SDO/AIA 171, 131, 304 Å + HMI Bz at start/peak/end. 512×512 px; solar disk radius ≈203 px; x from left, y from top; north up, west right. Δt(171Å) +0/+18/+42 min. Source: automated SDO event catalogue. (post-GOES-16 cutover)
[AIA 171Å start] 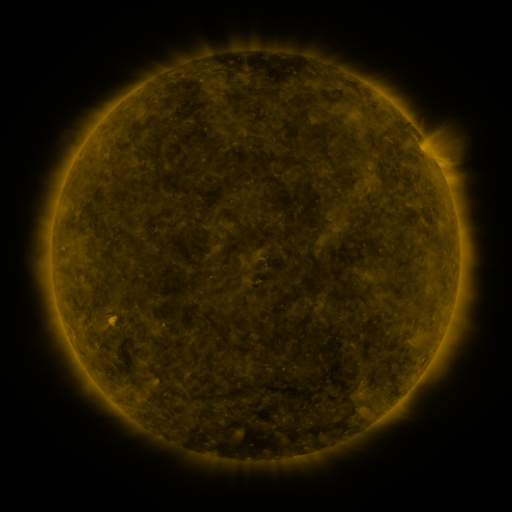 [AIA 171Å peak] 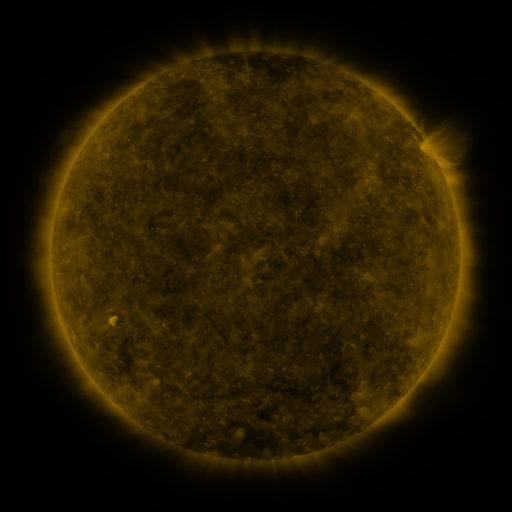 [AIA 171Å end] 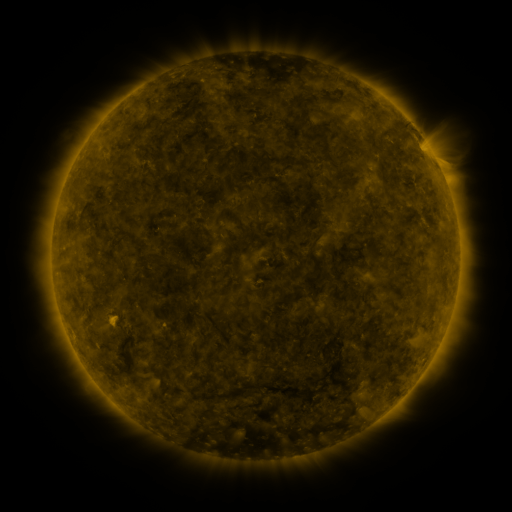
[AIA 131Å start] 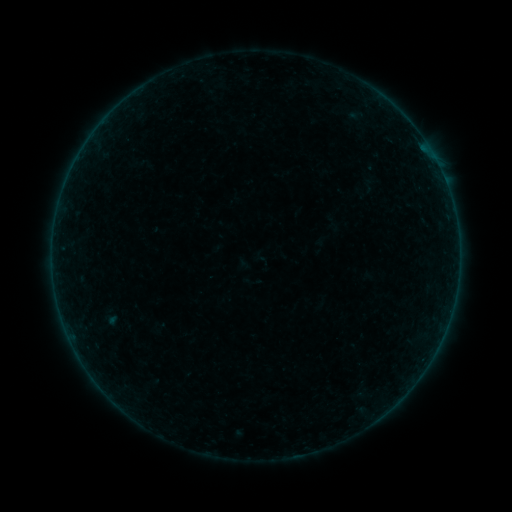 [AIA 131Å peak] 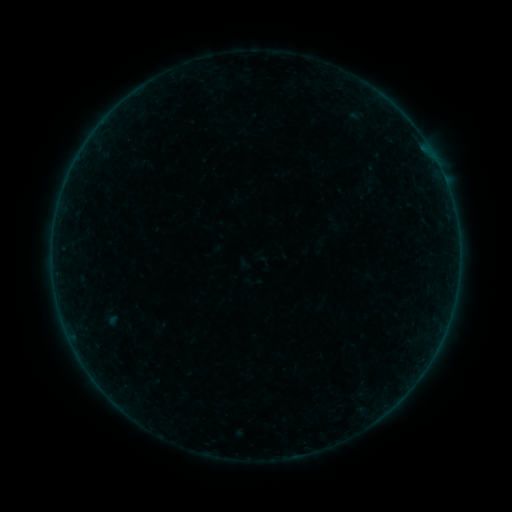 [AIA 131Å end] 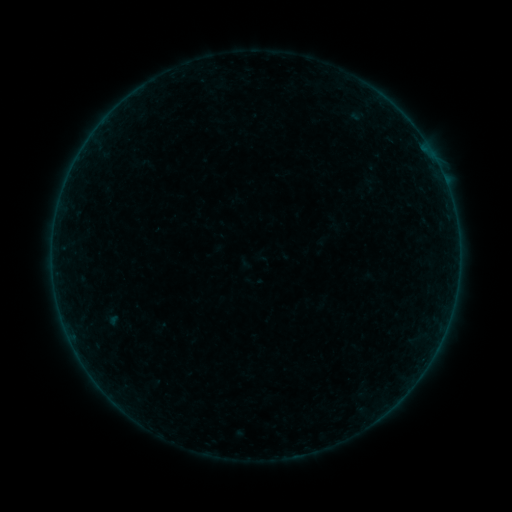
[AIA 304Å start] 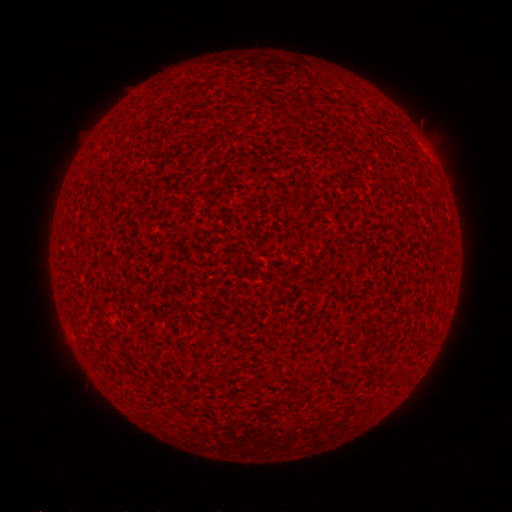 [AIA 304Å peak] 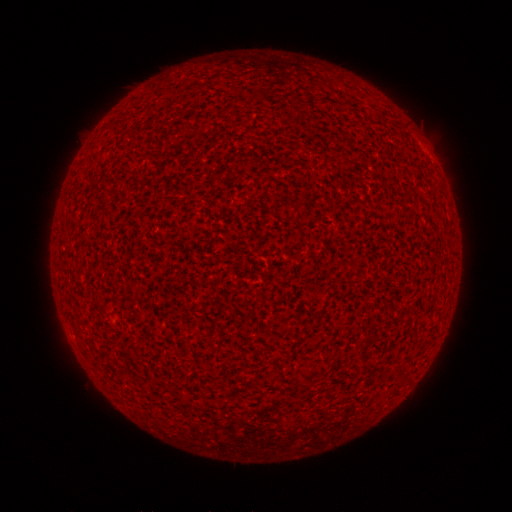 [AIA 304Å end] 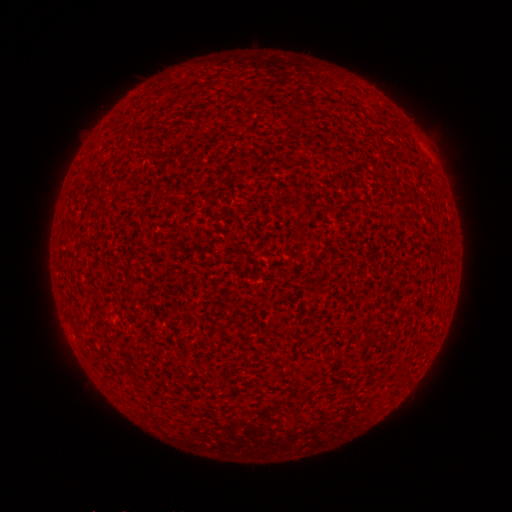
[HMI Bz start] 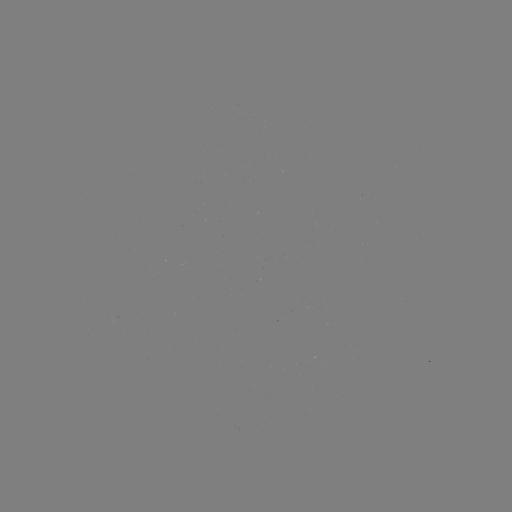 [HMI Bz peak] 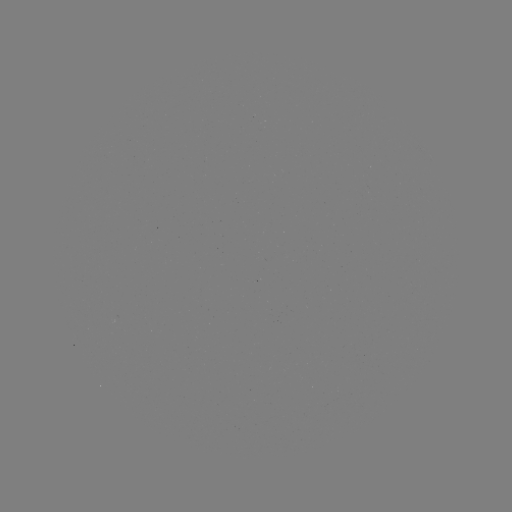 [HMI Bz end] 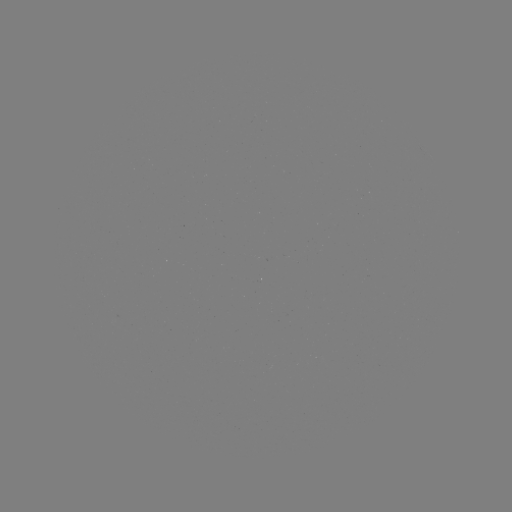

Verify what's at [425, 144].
A1.9 flare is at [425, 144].